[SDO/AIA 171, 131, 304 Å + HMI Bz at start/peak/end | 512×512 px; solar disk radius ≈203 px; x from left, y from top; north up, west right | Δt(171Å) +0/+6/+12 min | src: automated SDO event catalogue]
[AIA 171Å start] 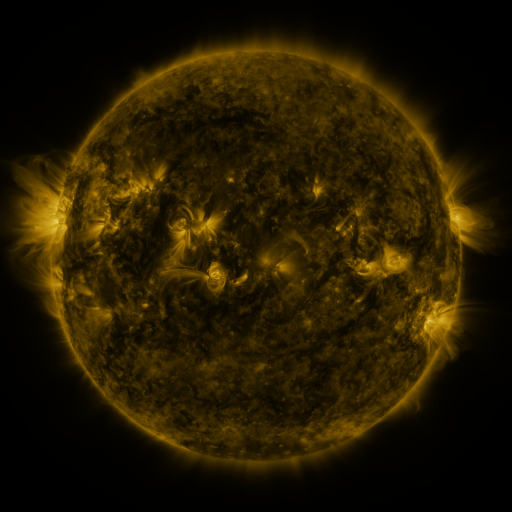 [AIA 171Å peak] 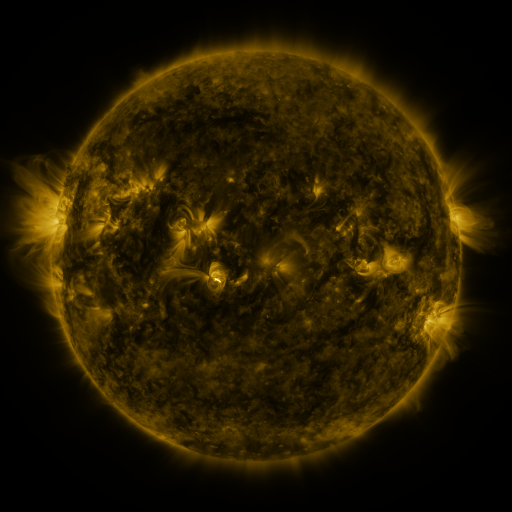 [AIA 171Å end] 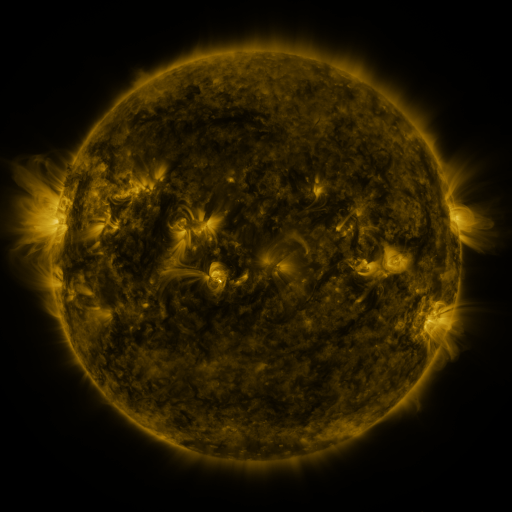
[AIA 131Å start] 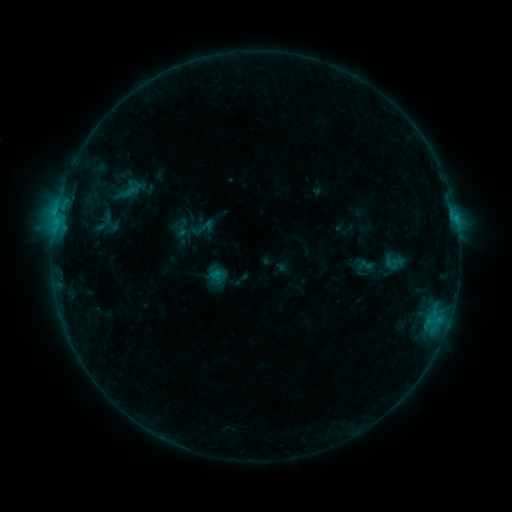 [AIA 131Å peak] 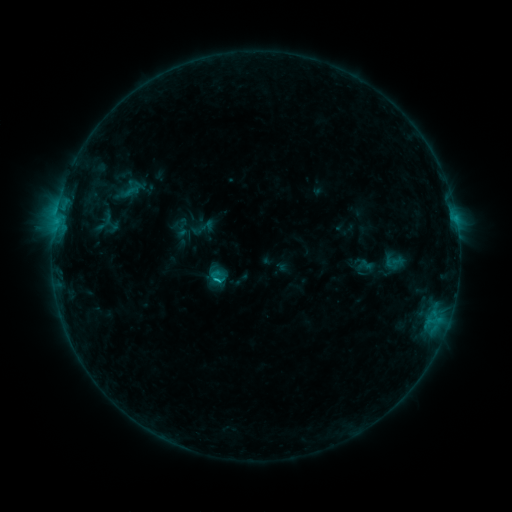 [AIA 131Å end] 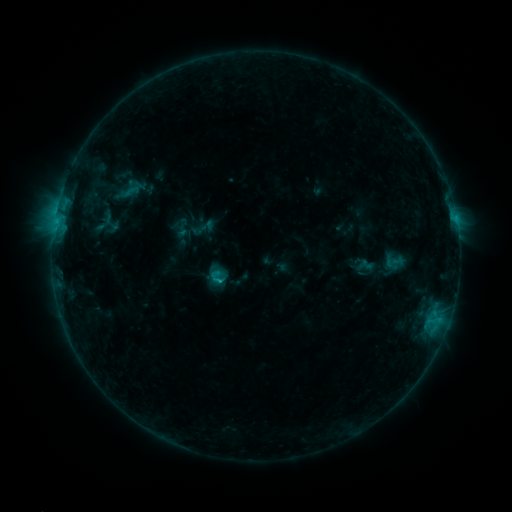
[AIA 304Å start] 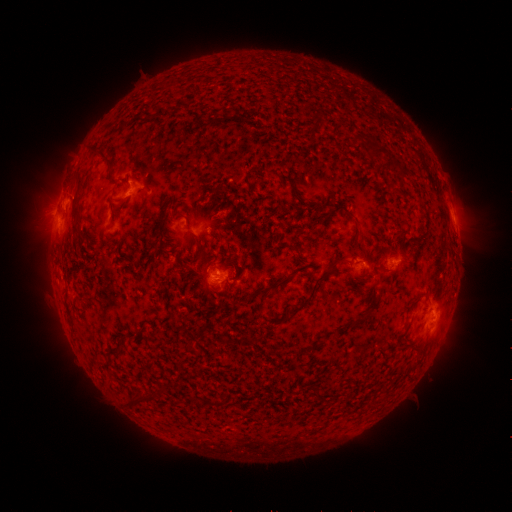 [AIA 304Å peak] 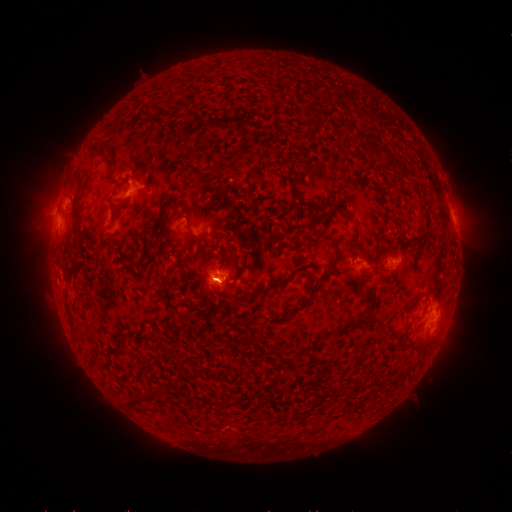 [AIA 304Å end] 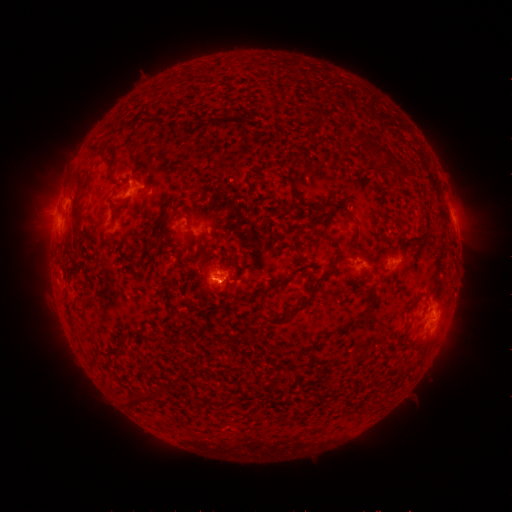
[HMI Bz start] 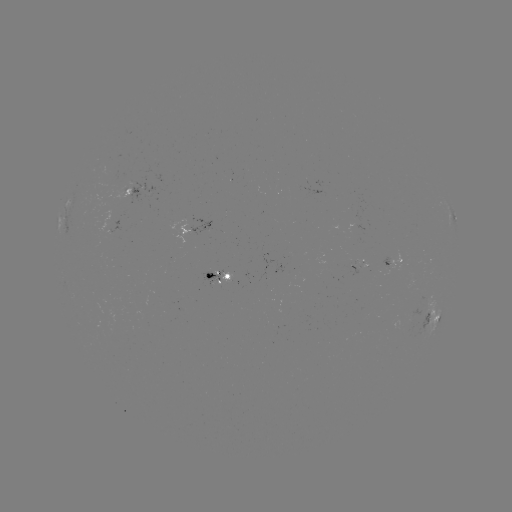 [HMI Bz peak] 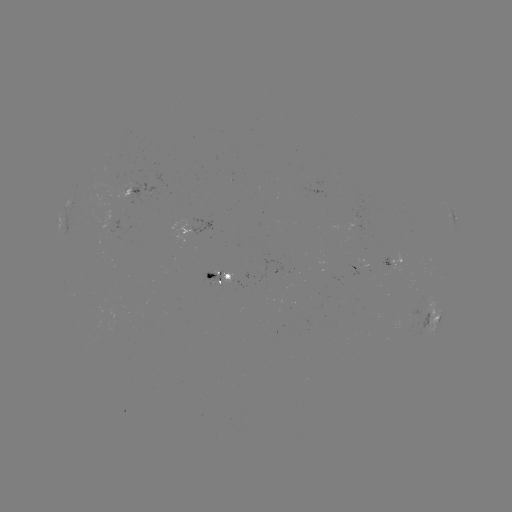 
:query B8.6 flare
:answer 221,280